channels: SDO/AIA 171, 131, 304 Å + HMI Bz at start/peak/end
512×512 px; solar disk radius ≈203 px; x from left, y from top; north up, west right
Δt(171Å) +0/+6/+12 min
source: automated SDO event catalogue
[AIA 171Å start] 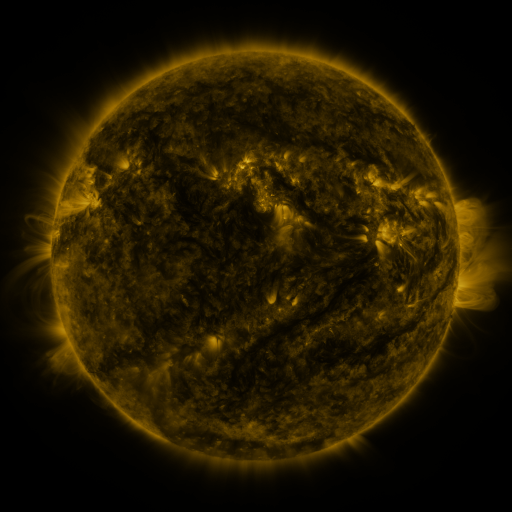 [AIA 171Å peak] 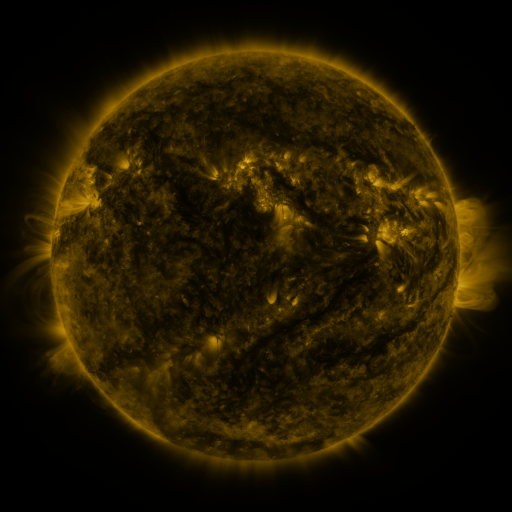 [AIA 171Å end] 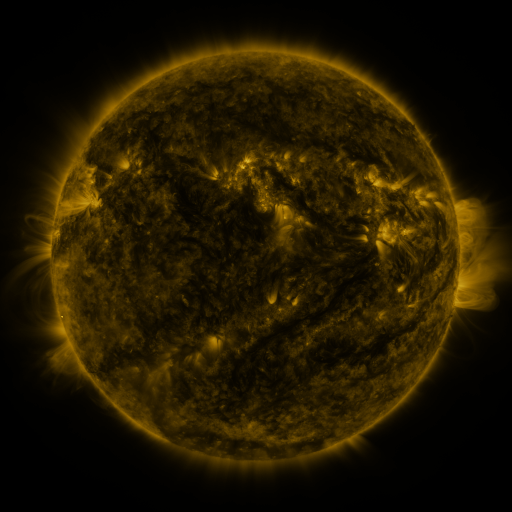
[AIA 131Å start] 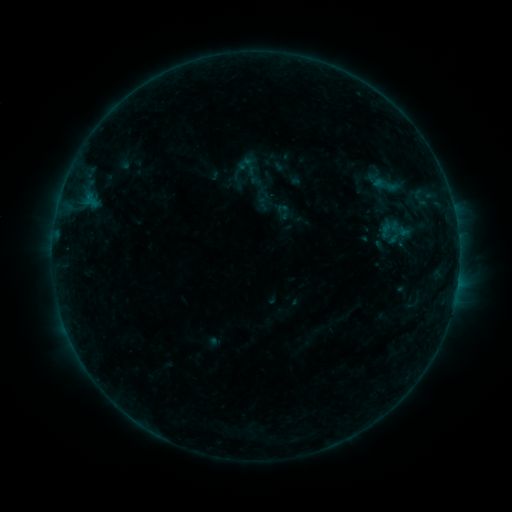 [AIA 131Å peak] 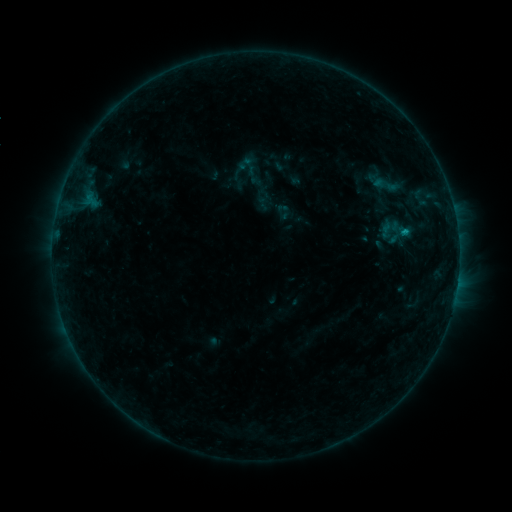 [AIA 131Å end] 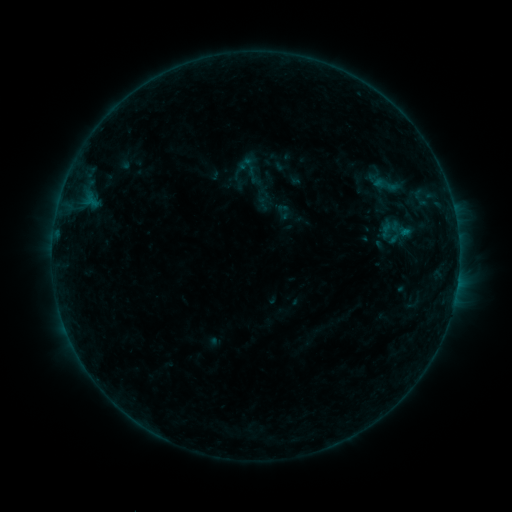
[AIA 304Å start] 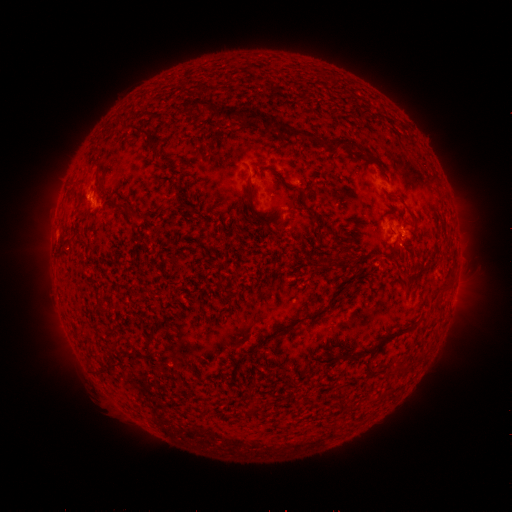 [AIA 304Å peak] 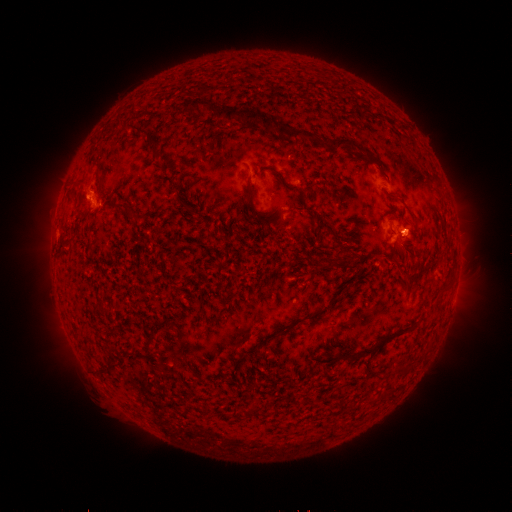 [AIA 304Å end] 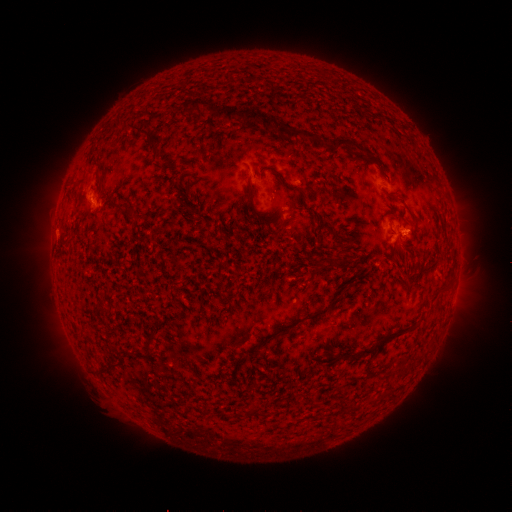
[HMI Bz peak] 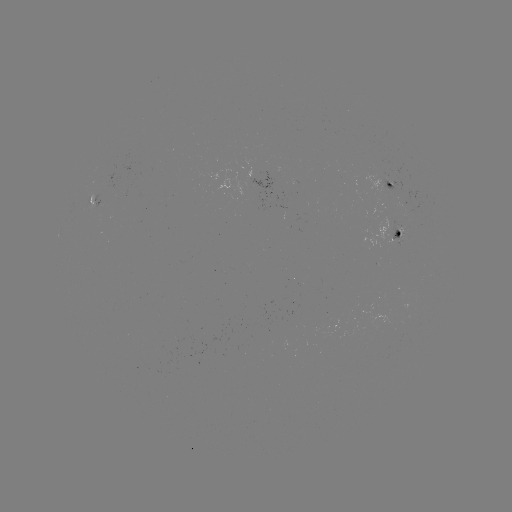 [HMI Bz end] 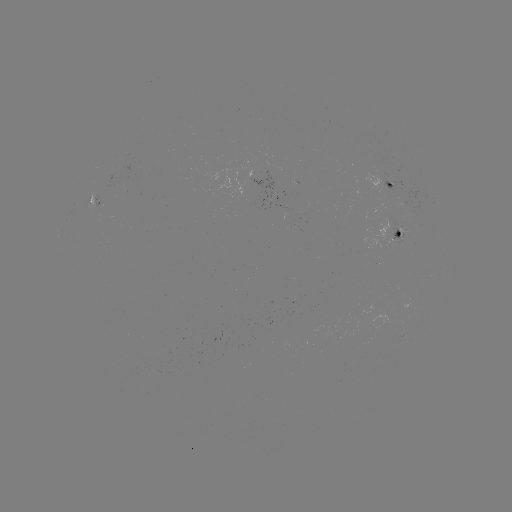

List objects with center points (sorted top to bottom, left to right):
B4.2 flare: (404, 234)
